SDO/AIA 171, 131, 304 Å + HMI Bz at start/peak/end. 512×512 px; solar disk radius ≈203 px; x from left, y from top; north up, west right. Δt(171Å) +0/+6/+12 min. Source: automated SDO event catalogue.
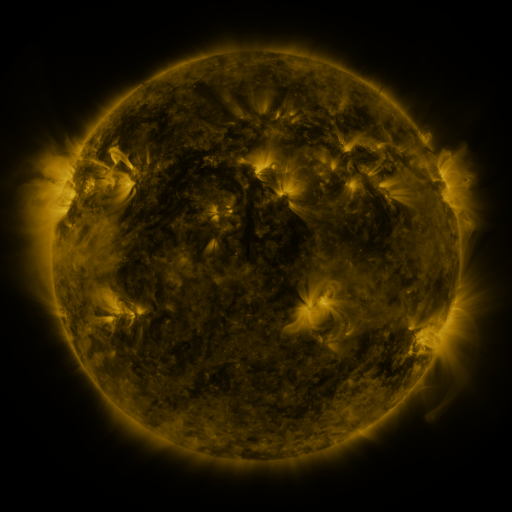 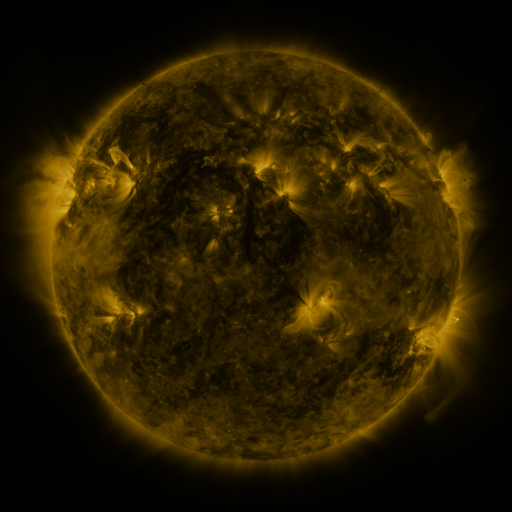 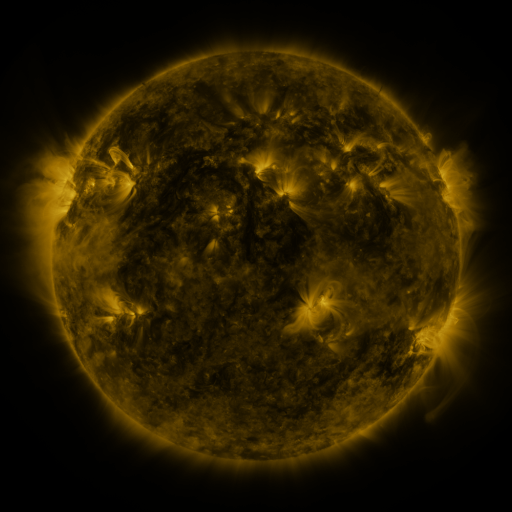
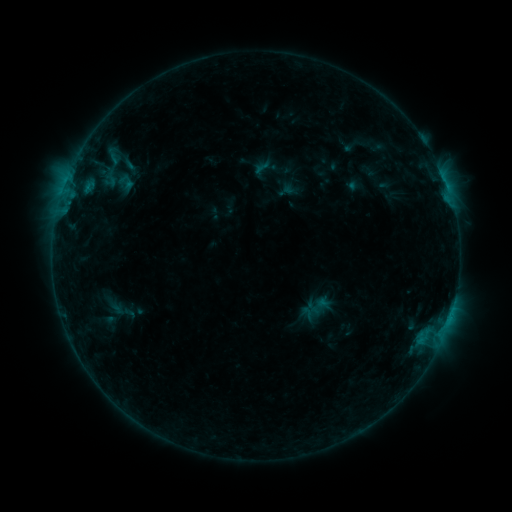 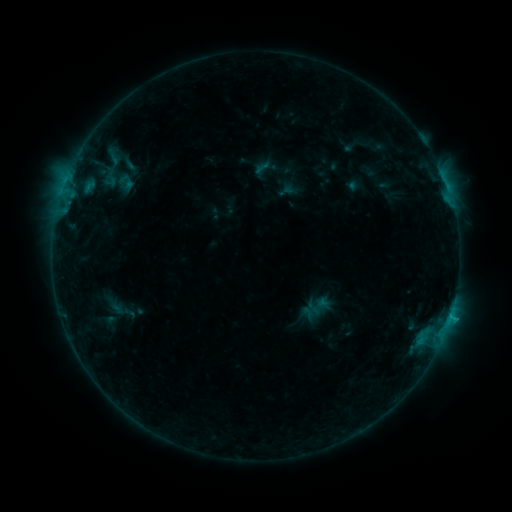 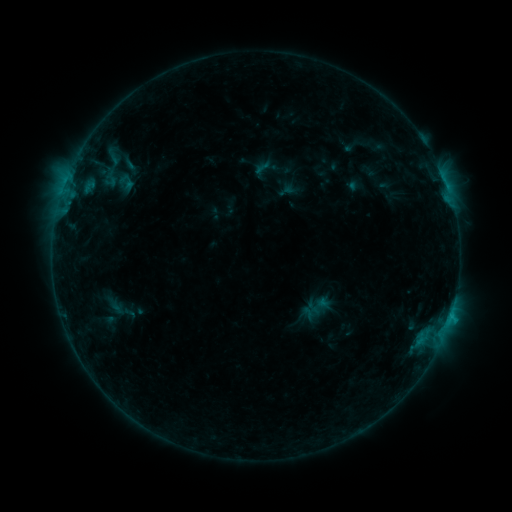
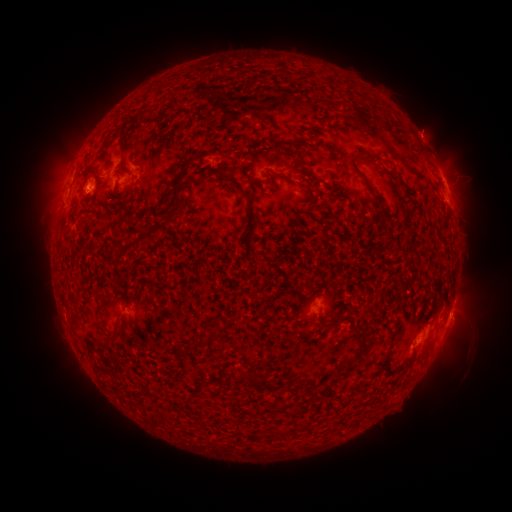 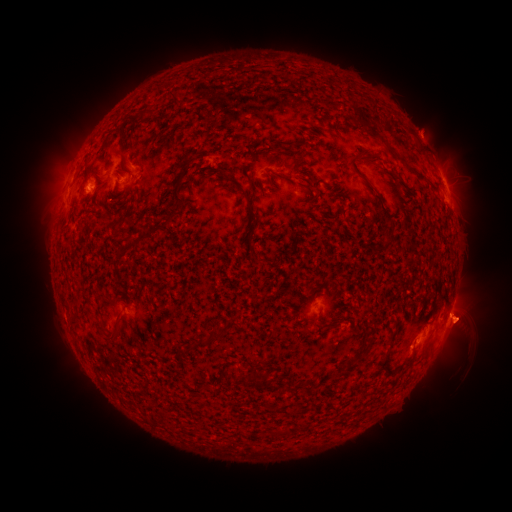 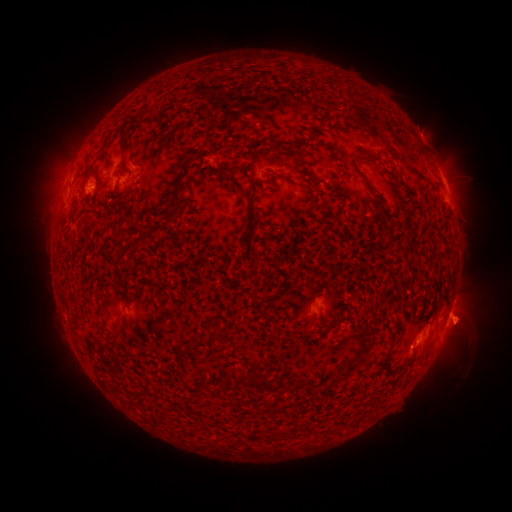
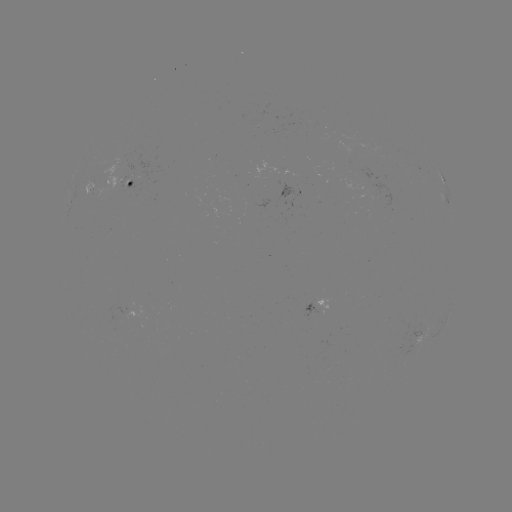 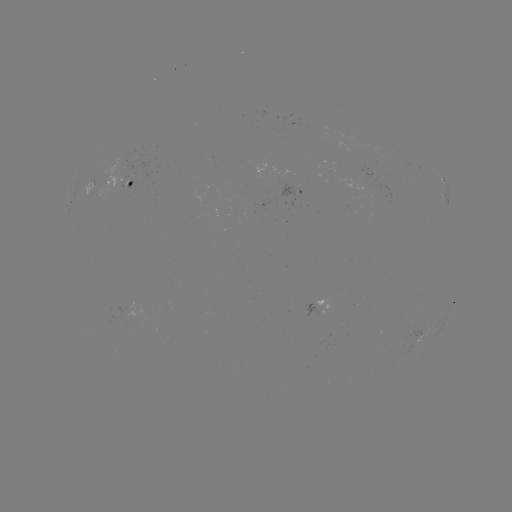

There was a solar eruption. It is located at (468, 315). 